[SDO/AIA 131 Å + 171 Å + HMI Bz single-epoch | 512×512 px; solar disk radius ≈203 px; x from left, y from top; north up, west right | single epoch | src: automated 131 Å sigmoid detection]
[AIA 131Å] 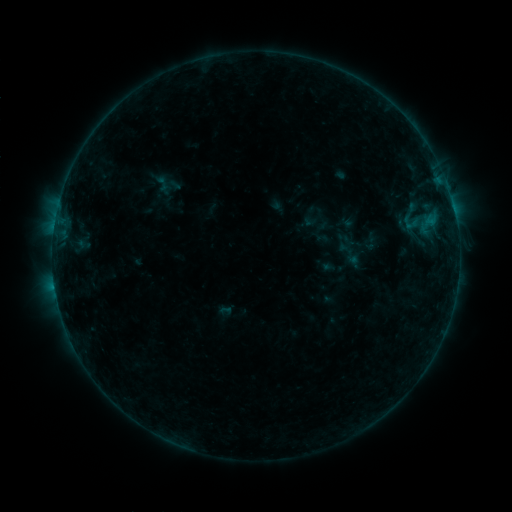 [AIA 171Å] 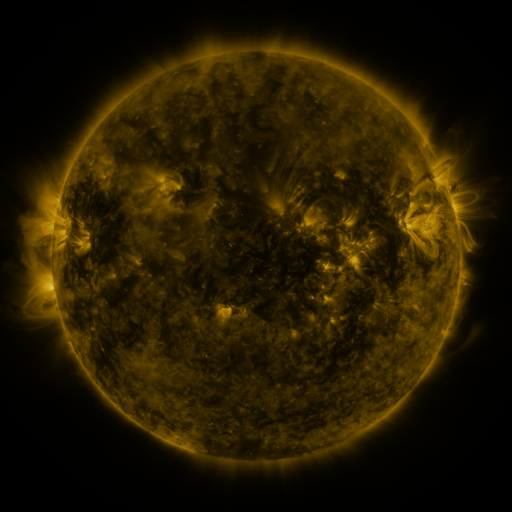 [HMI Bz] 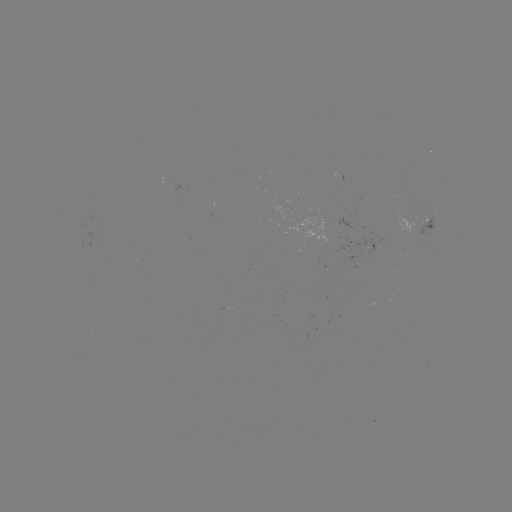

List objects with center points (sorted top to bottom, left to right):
sigmoid: (332, 237, 367, 271)
